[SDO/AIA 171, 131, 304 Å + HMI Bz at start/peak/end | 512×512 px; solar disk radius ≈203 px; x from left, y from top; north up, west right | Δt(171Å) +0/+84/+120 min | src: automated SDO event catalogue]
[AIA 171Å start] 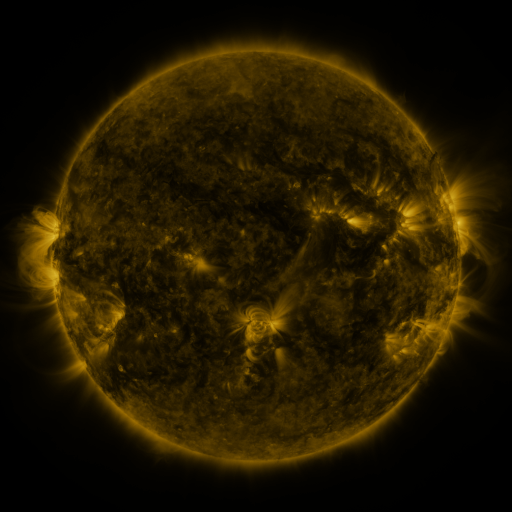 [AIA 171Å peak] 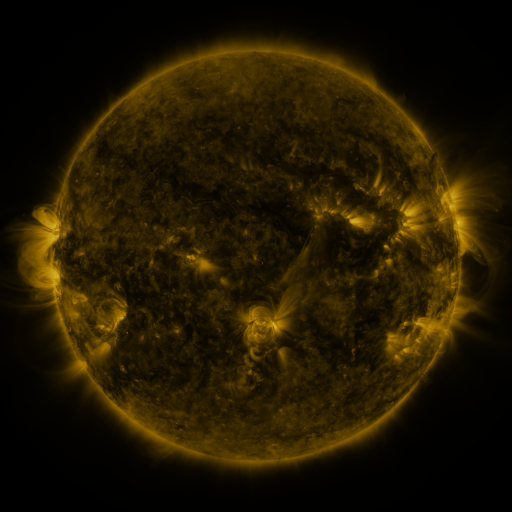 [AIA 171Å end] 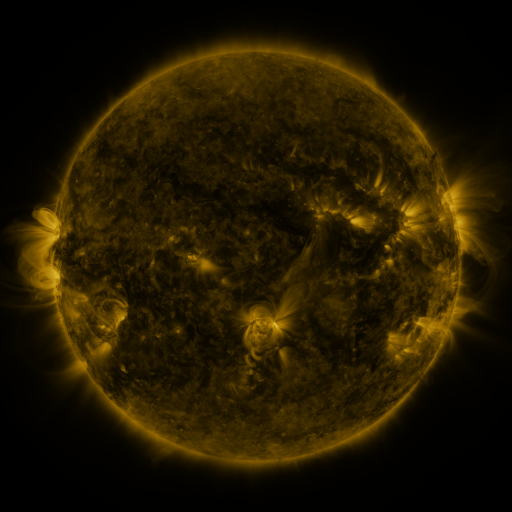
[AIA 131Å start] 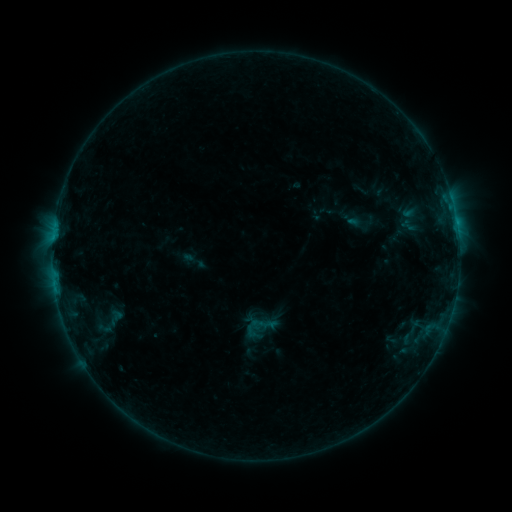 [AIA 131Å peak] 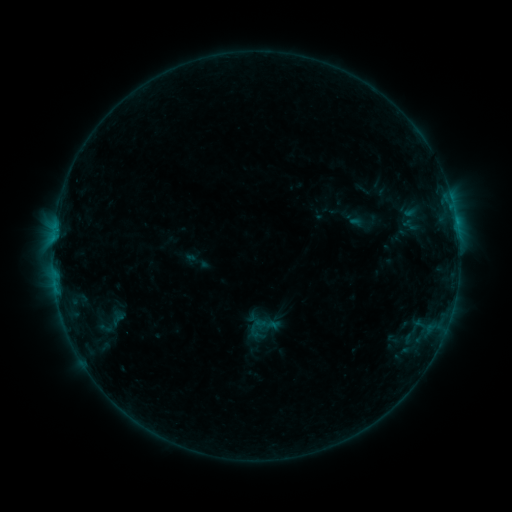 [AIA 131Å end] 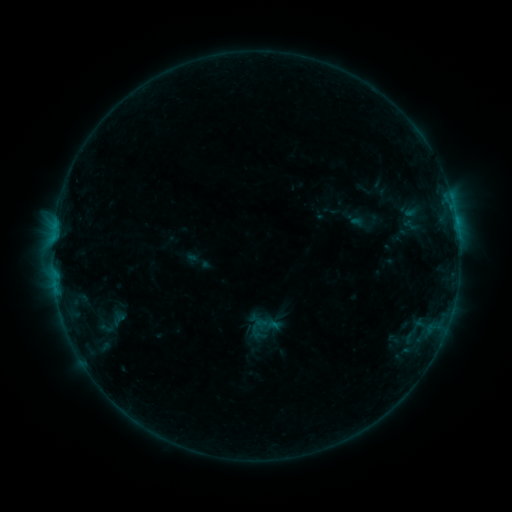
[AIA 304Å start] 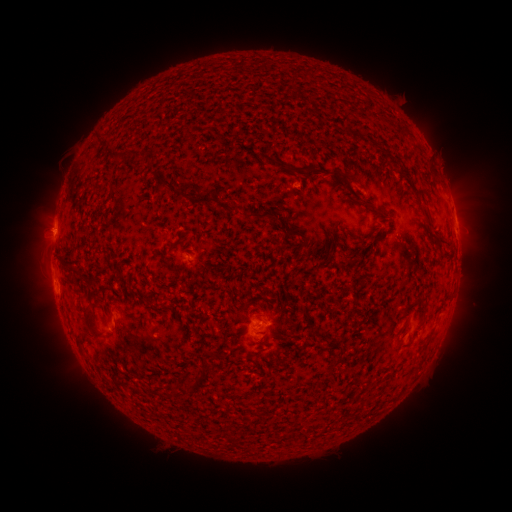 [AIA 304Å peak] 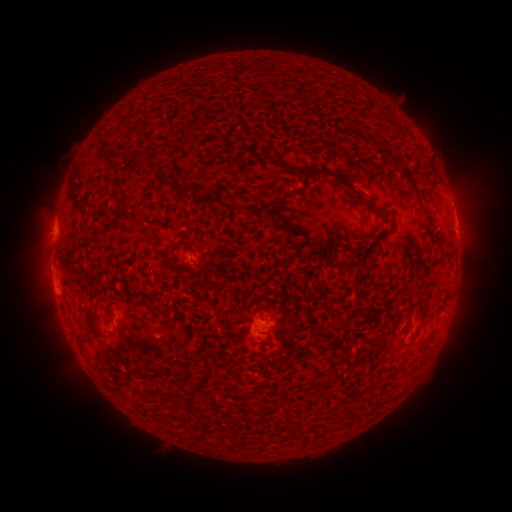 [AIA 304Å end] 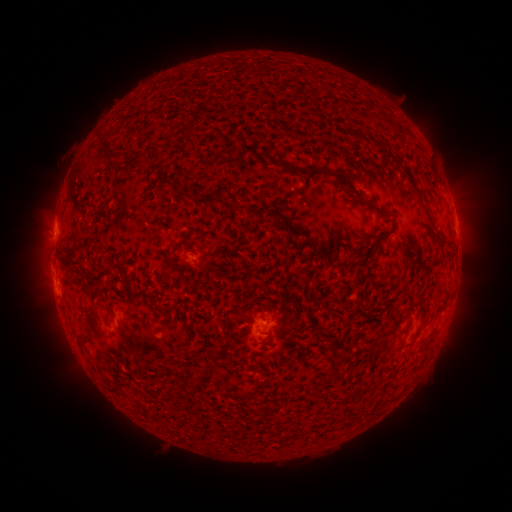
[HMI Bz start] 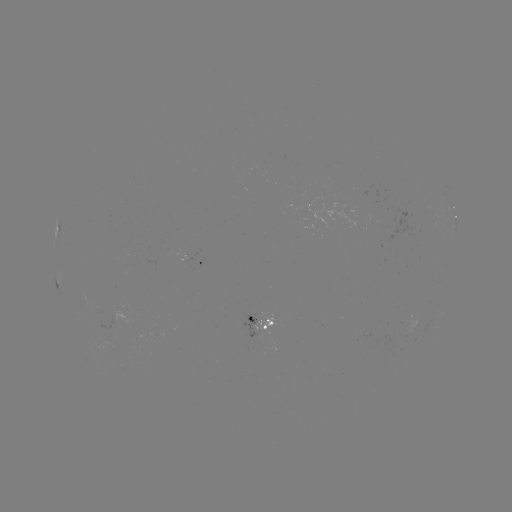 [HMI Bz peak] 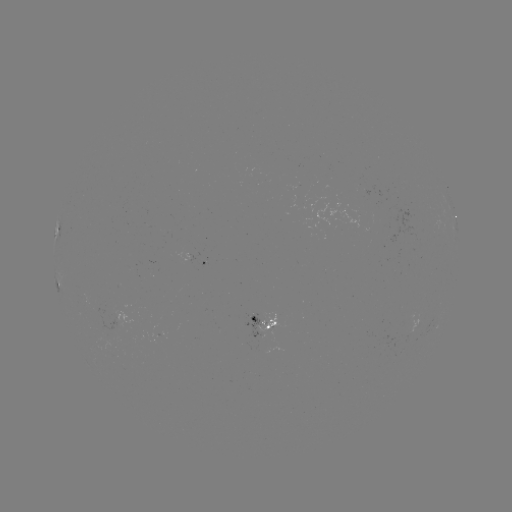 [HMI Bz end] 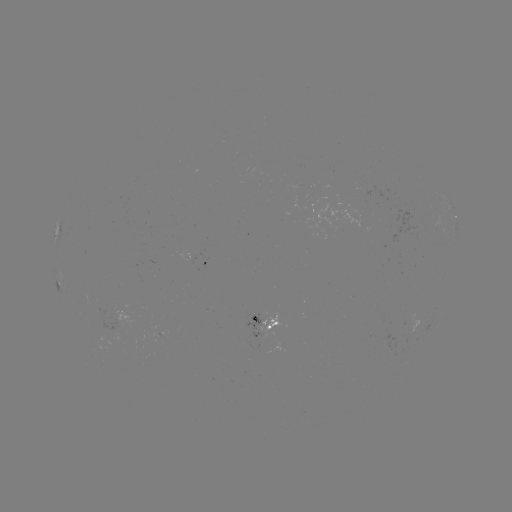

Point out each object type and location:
emerging-flux region: (259, 321)
